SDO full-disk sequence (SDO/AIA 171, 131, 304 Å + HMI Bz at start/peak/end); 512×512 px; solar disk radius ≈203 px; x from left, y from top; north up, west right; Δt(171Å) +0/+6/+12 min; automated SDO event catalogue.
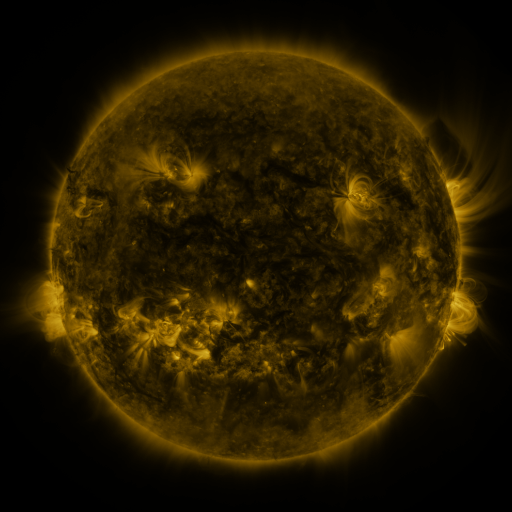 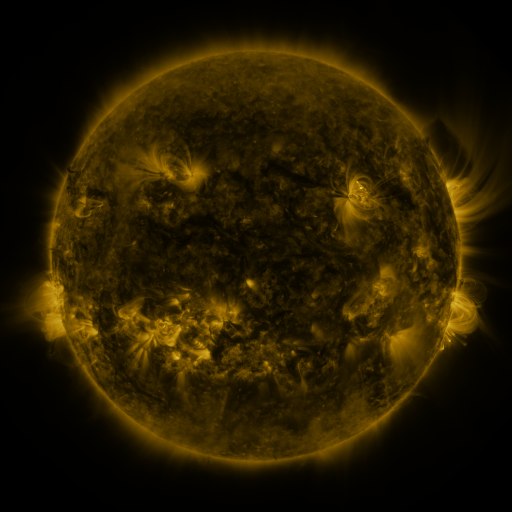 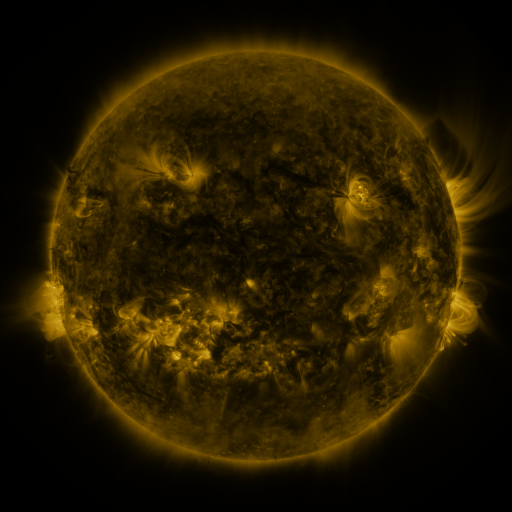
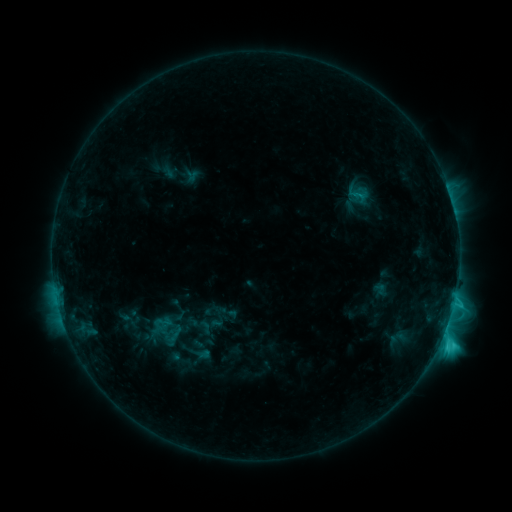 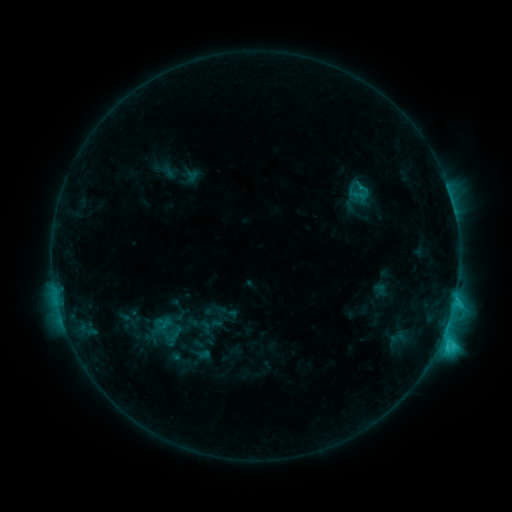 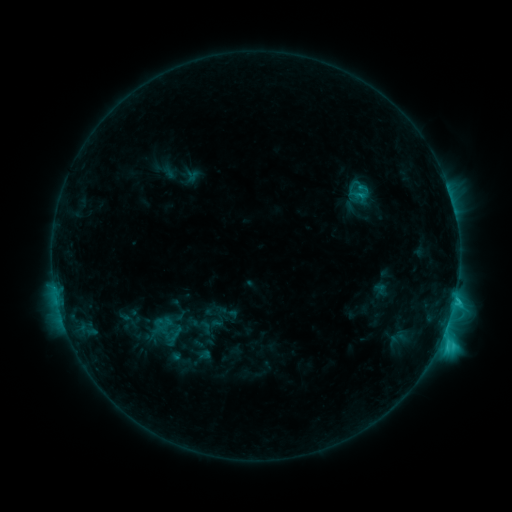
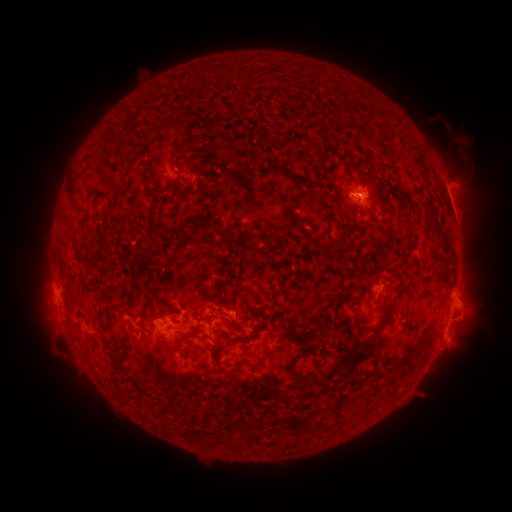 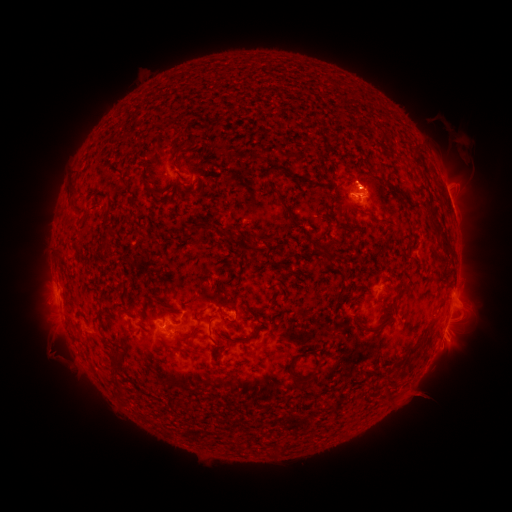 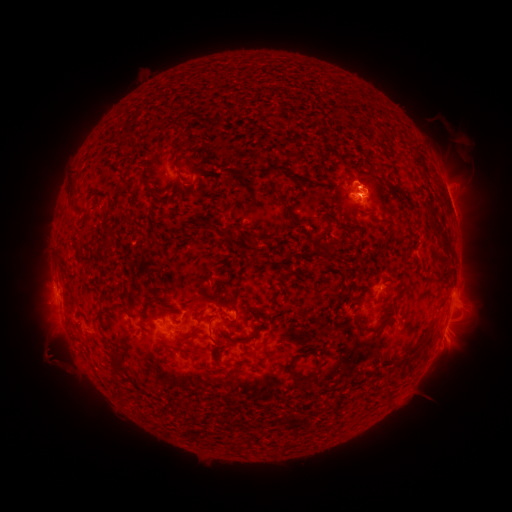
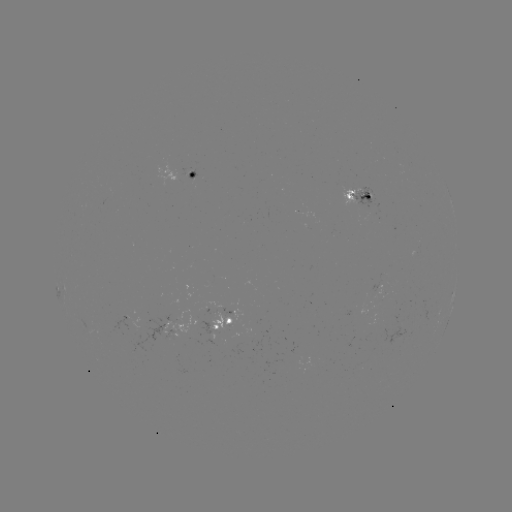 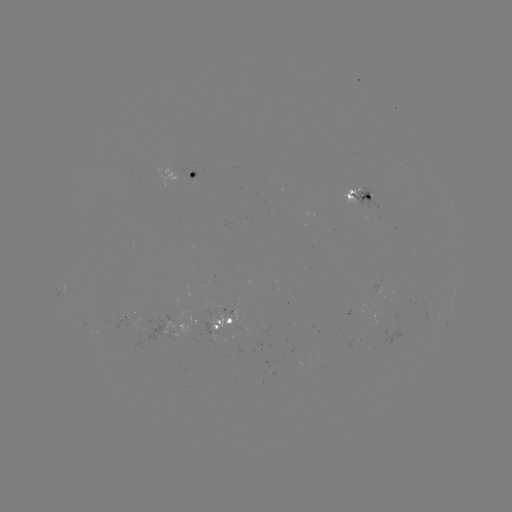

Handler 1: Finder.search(eruption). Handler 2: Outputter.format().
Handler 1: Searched eruption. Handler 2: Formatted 62,358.